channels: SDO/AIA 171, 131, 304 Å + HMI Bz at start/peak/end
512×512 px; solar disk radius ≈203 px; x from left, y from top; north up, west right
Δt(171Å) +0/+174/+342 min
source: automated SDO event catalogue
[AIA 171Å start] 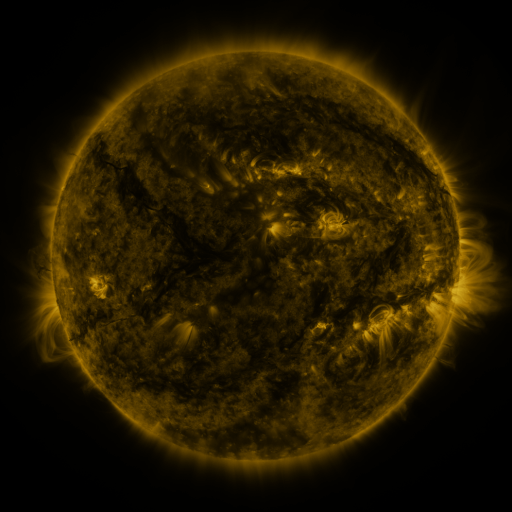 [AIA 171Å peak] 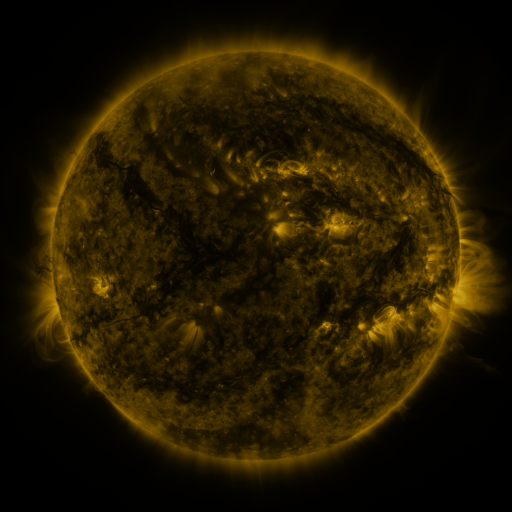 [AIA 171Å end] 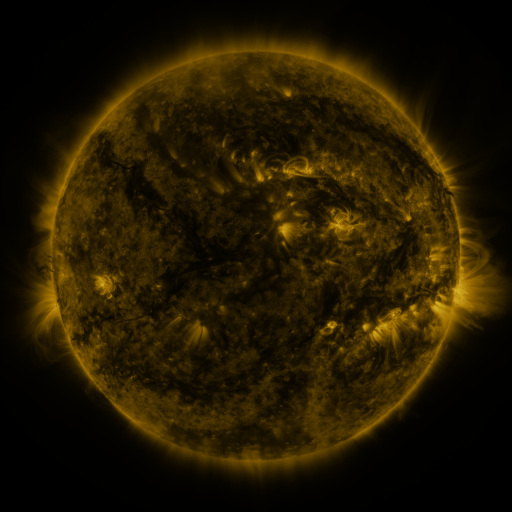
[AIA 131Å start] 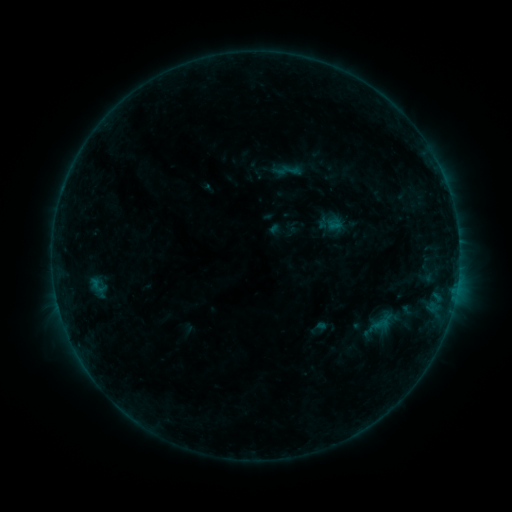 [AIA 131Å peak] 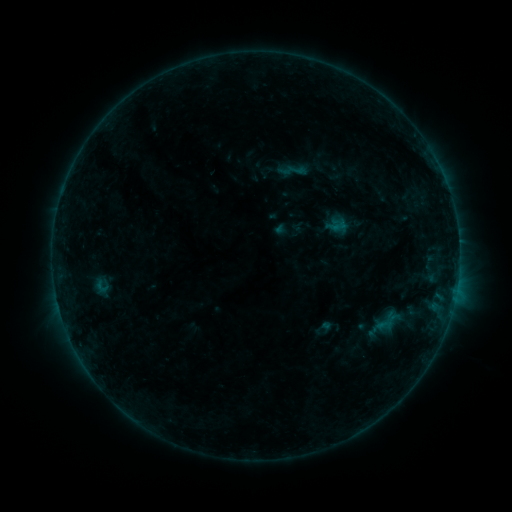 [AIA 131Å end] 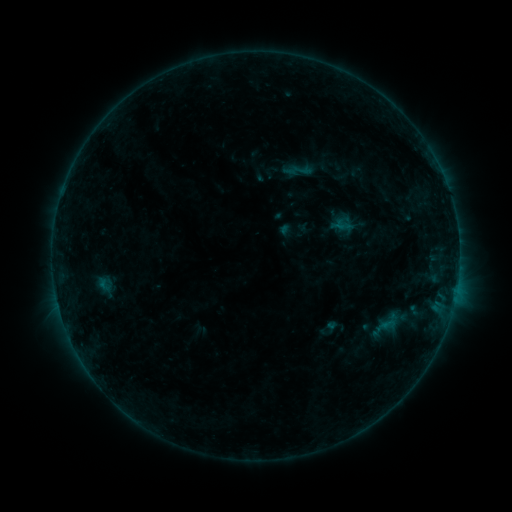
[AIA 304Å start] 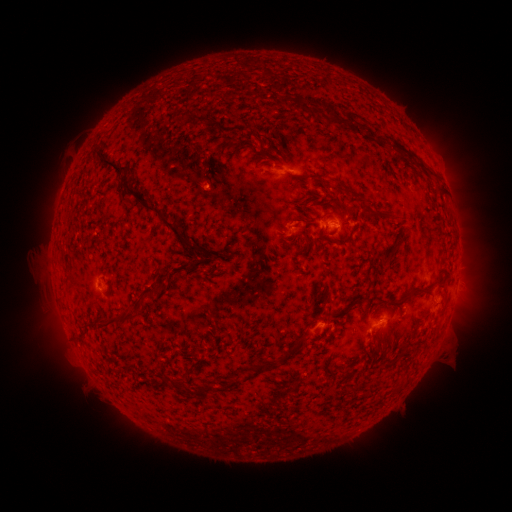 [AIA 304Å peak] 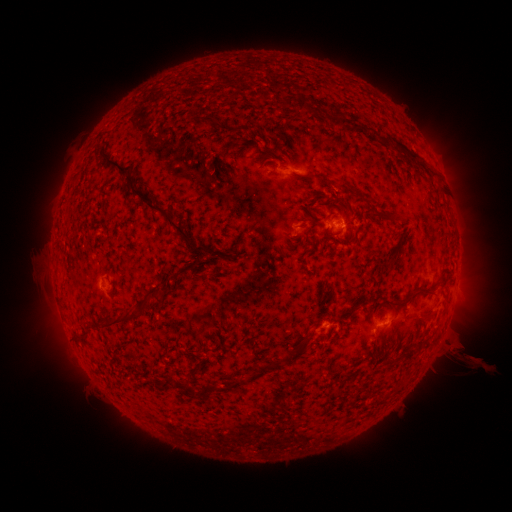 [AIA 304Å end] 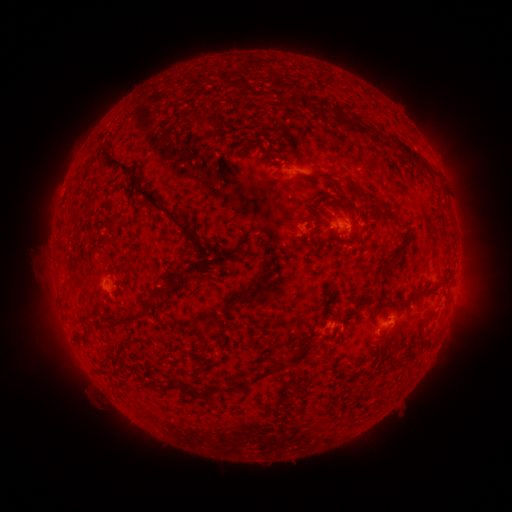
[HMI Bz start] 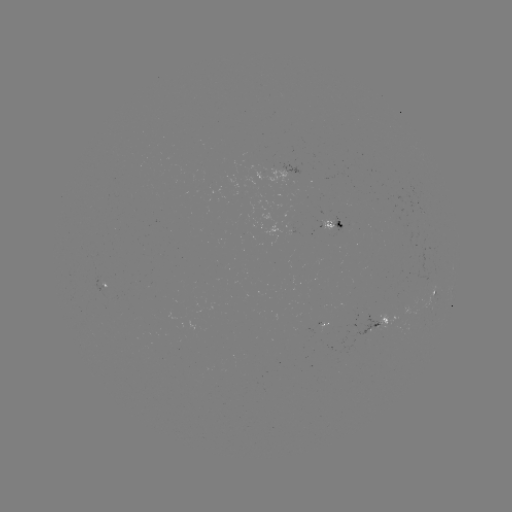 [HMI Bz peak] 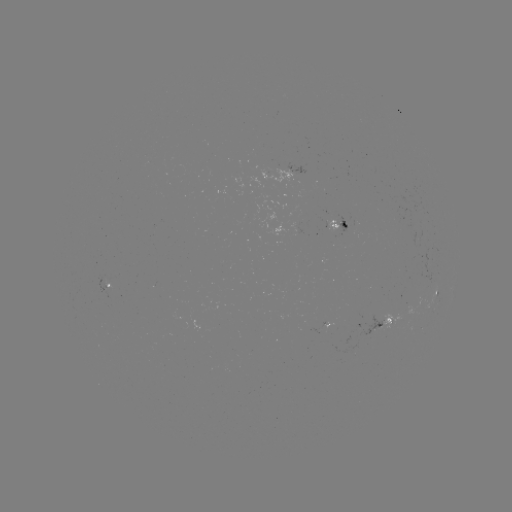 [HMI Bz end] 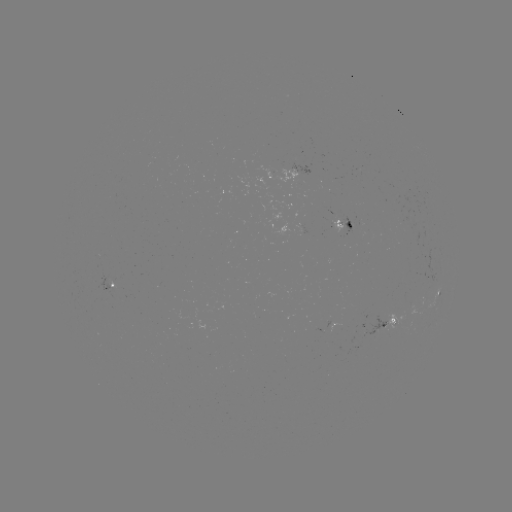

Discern filament eruption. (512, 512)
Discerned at (464, 355).